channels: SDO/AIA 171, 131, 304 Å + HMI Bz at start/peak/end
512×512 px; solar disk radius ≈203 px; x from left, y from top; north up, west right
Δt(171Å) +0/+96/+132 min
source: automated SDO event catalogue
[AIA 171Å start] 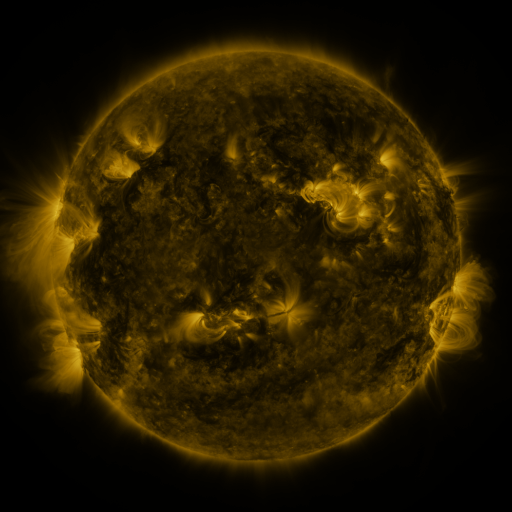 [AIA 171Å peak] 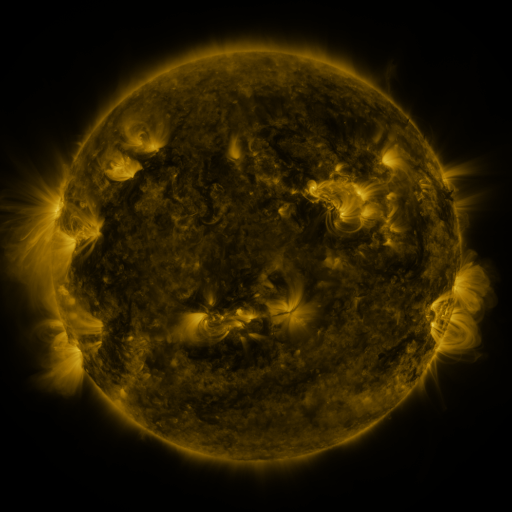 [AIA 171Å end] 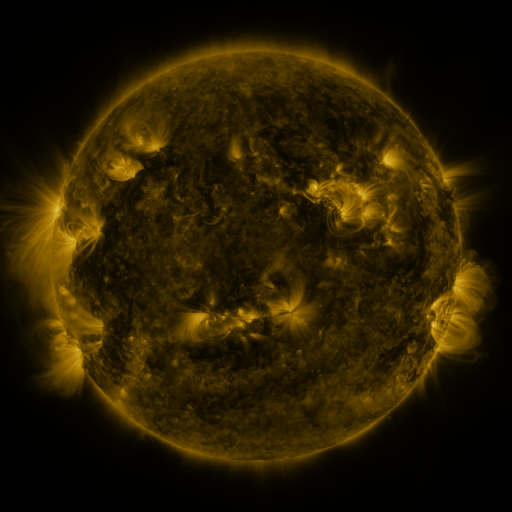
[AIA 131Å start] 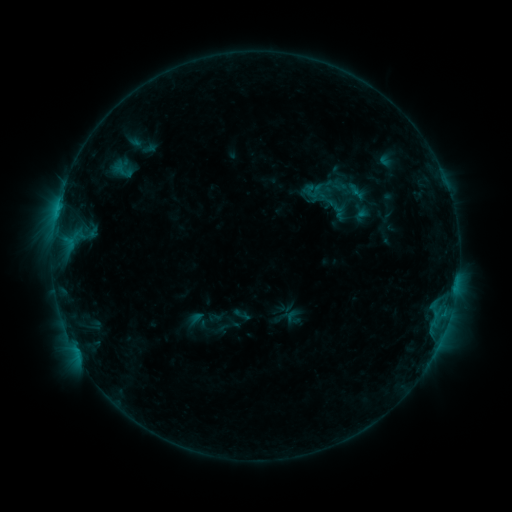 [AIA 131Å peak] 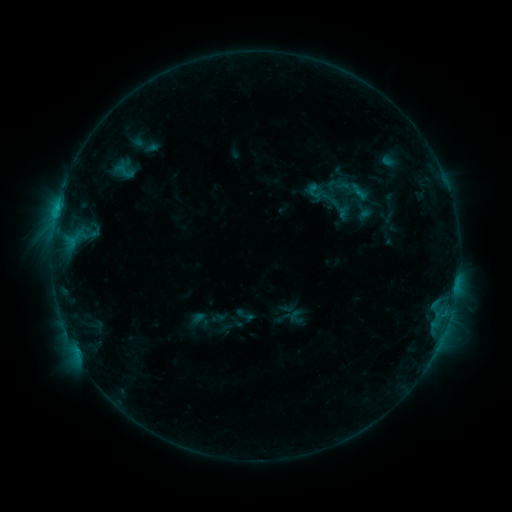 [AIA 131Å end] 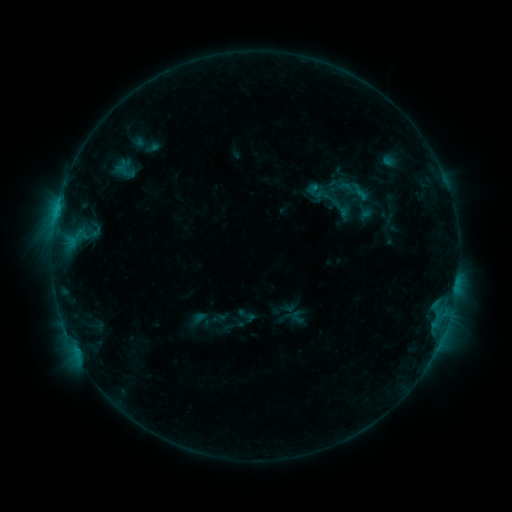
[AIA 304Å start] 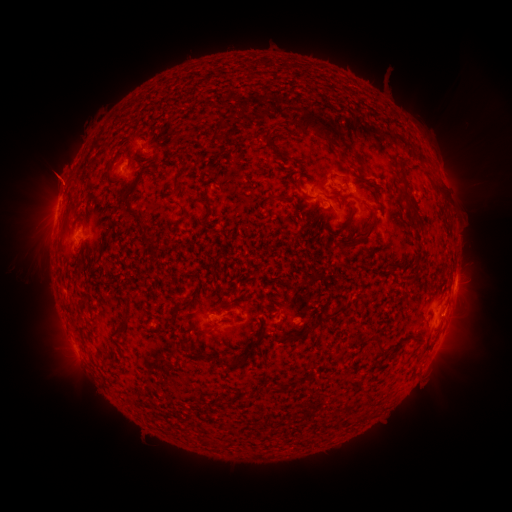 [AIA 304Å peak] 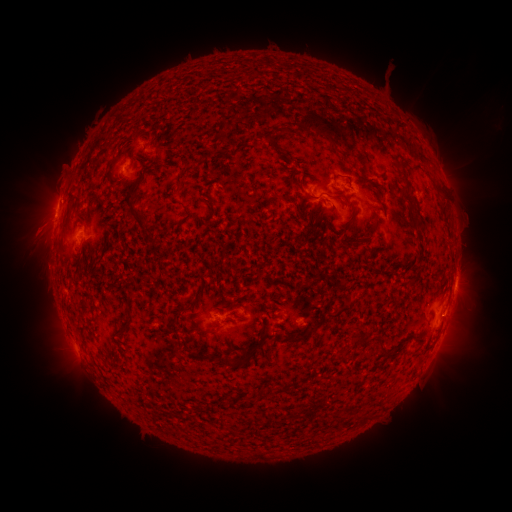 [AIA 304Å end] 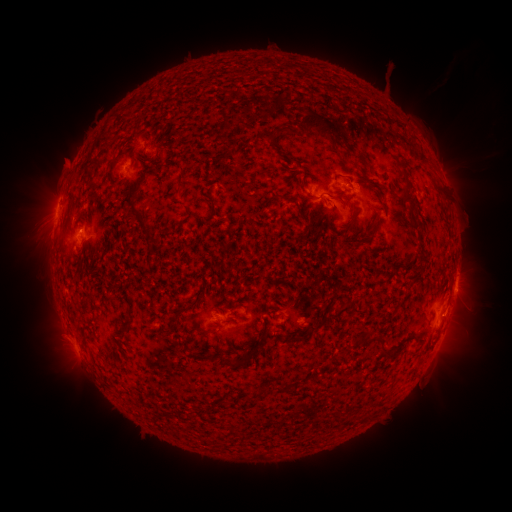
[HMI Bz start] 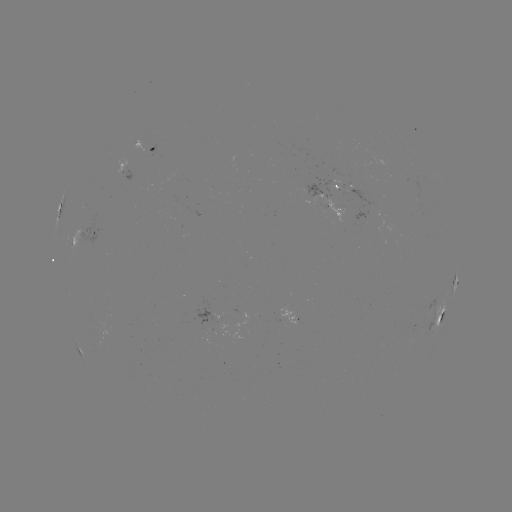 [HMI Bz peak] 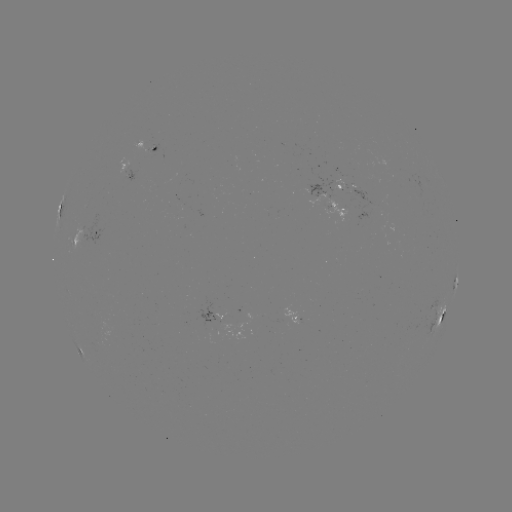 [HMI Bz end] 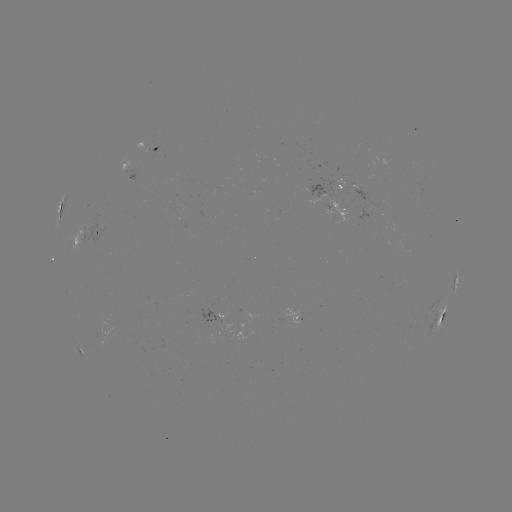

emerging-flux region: <bbox>219, 320, 235, 331</bbox>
